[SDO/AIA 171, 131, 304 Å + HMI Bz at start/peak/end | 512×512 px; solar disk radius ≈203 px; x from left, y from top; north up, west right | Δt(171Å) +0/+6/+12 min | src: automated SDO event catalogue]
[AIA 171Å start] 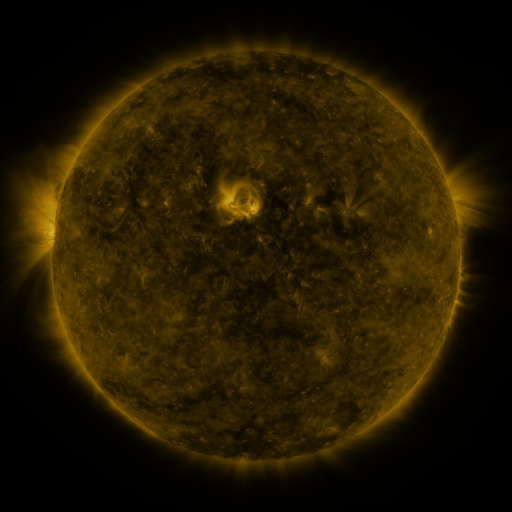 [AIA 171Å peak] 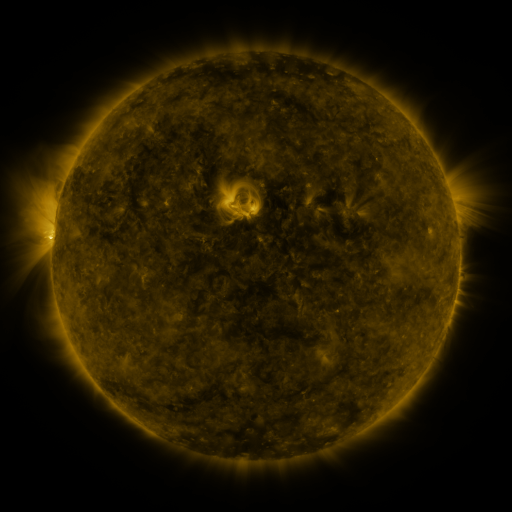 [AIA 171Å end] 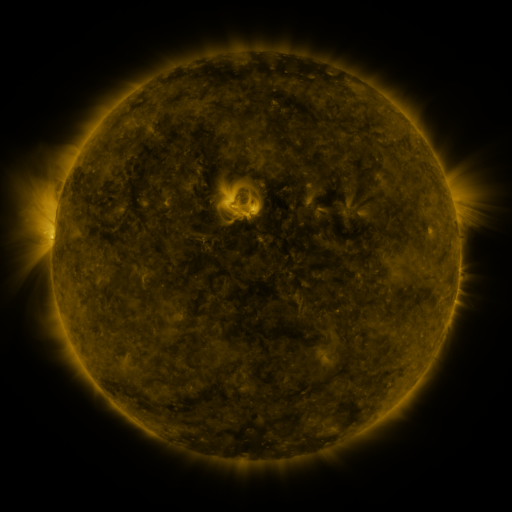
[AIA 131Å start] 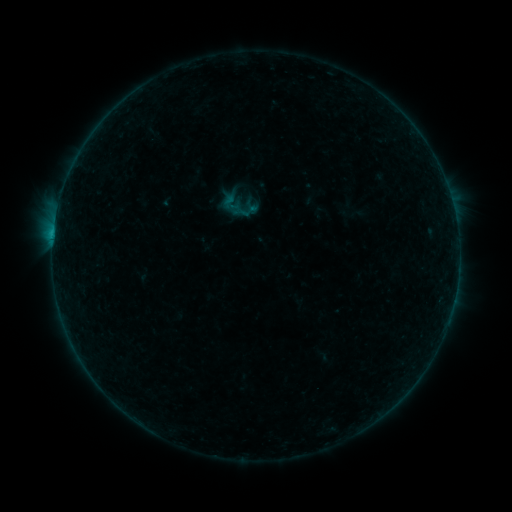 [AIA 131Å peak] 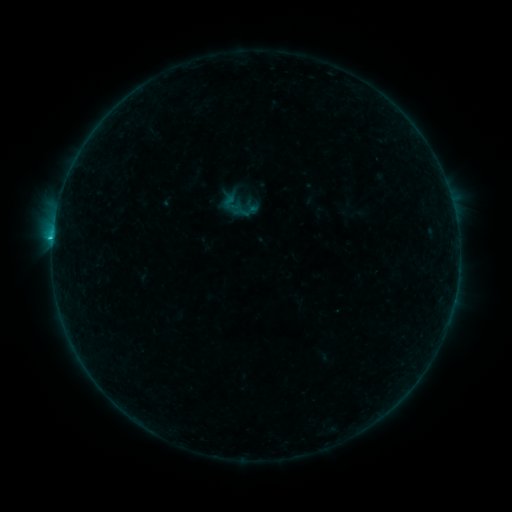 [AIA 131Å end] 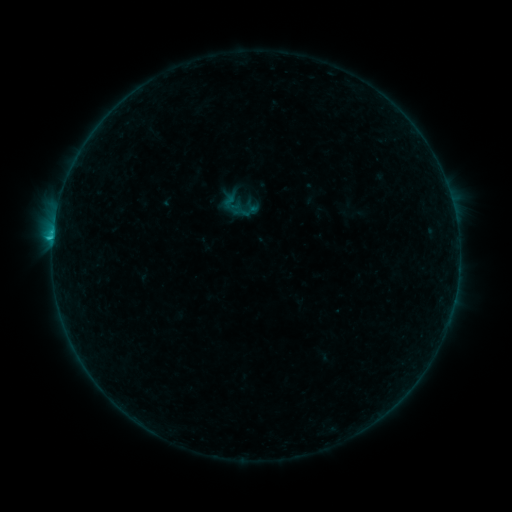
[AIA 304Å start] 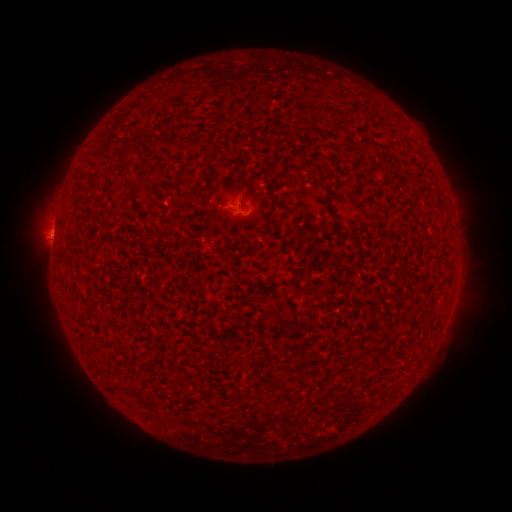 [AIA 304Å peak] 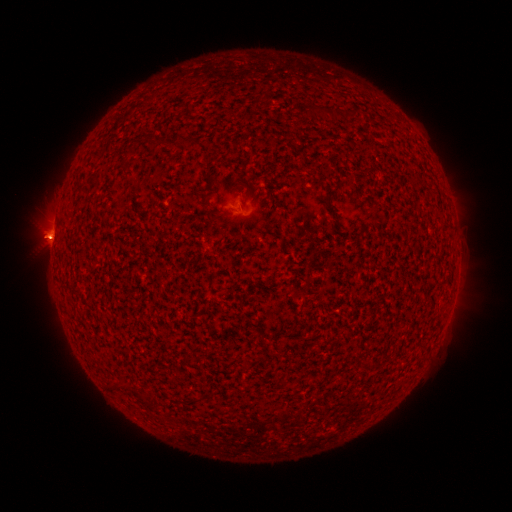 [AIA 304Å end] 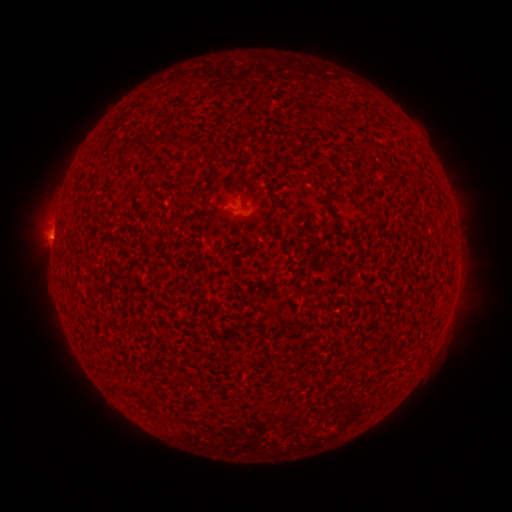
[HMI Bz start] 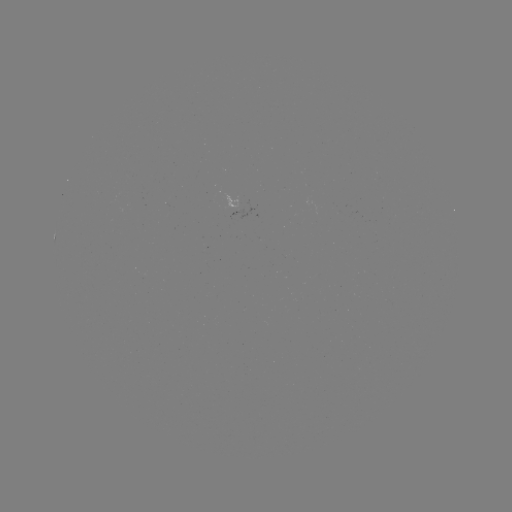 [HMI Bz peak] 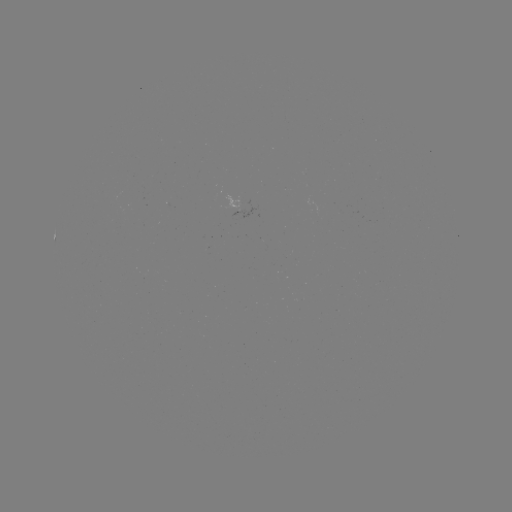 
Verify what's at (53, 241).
C1.3 flare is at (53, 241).